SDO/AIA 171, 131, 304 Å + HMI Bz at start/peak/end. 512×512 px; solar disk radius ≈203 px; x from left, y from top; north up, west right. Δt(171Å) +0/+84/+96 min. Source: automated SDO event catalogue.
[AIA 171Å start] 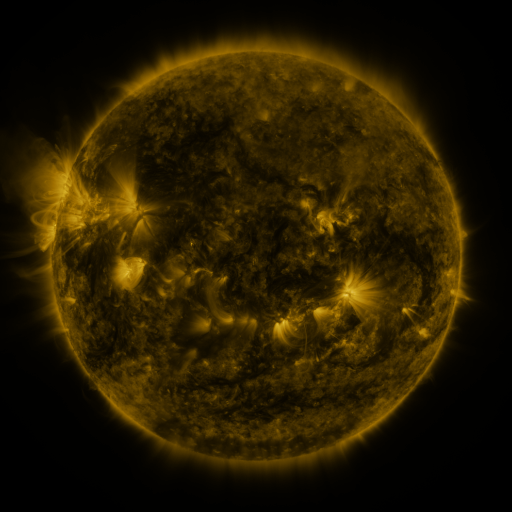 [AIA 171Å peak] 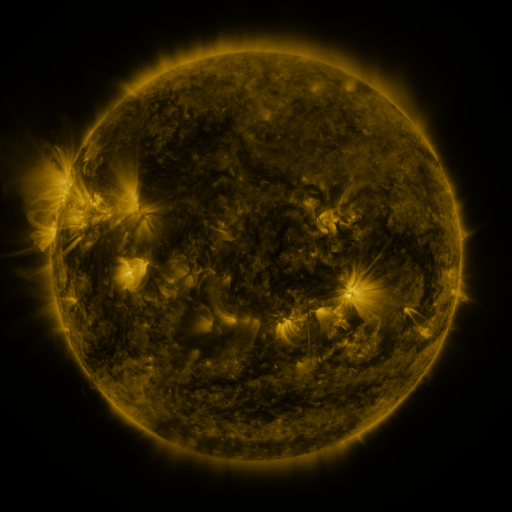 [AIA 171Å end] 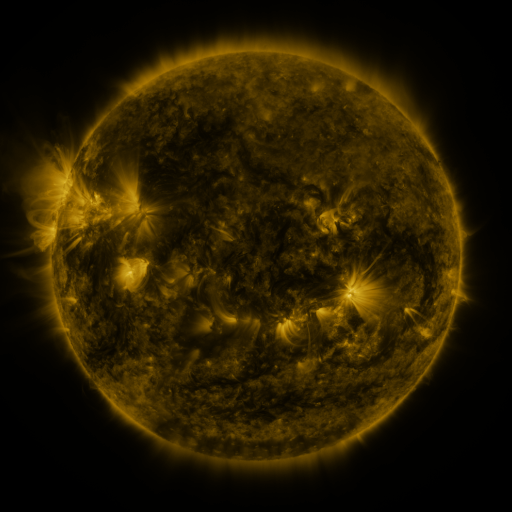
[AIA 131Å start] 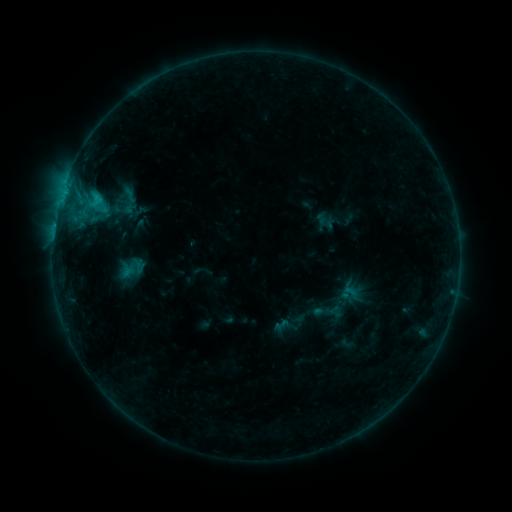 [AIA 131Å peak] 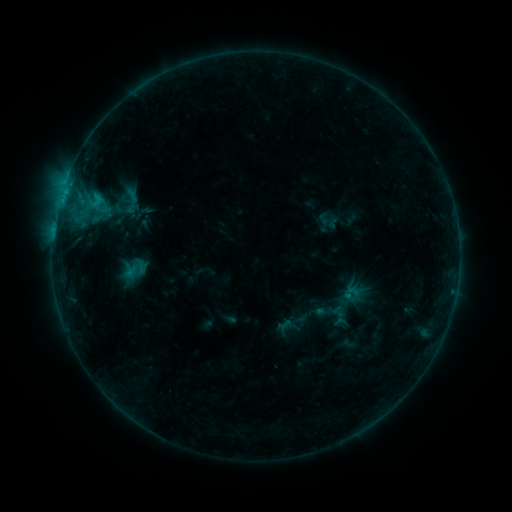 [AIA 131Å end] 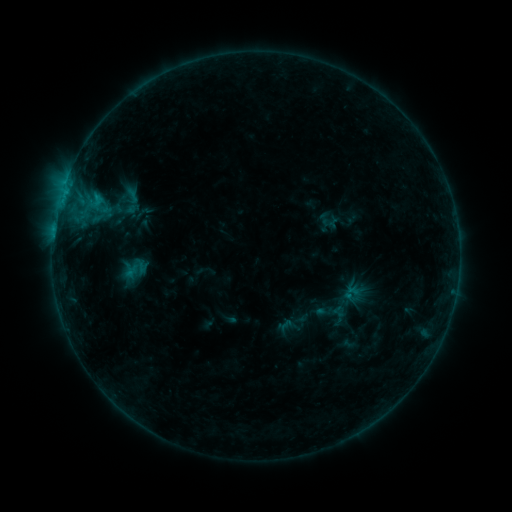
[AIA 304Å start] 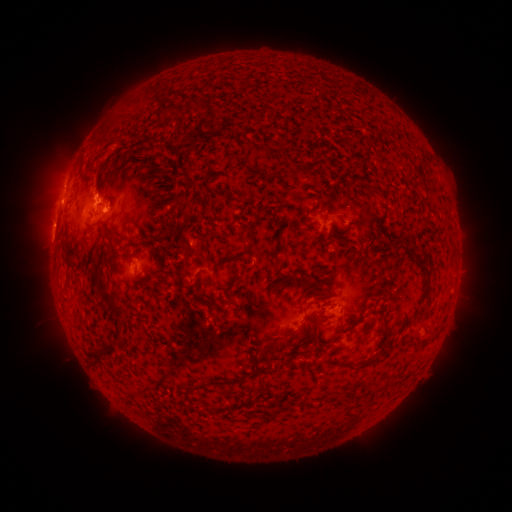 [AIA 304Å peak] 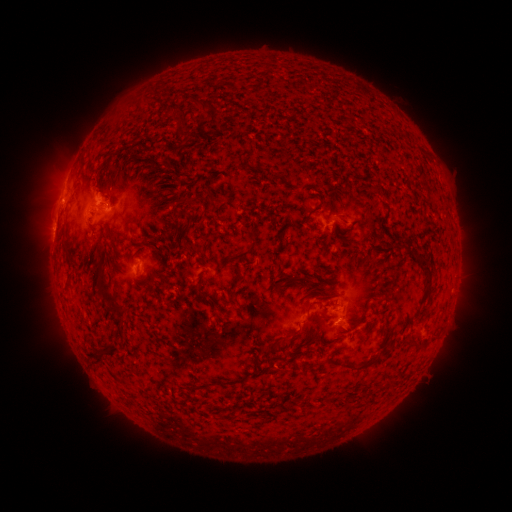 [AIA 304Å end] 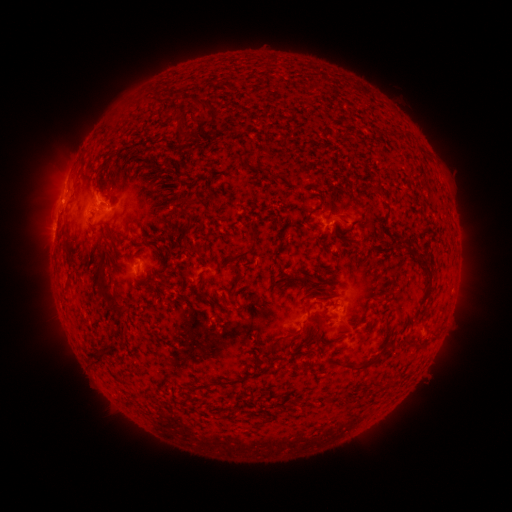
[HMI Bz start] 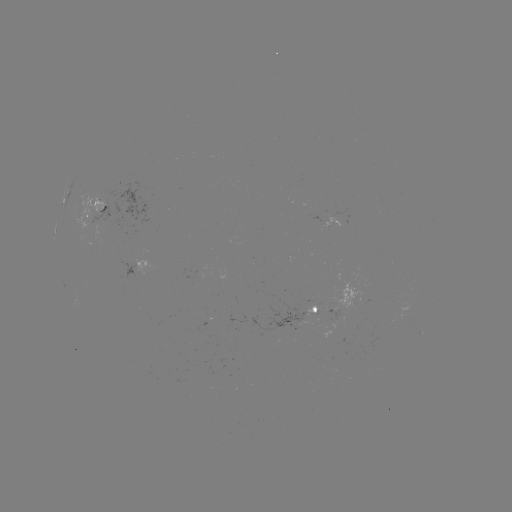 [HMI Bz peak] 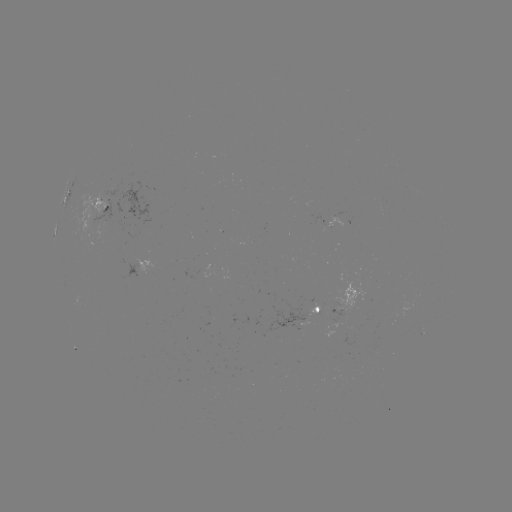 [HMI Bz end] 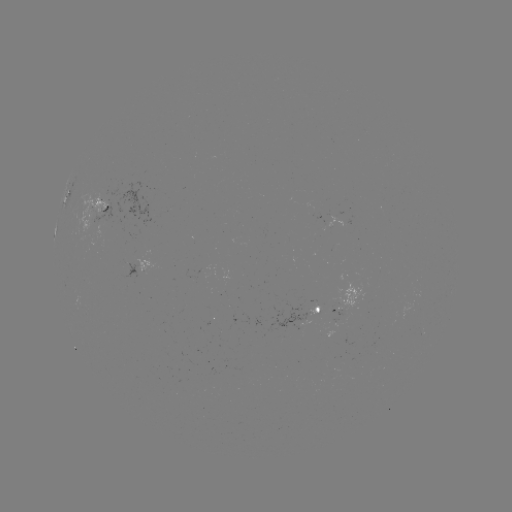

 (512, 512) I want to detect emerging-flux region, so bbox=[78, 195, 125, 243].